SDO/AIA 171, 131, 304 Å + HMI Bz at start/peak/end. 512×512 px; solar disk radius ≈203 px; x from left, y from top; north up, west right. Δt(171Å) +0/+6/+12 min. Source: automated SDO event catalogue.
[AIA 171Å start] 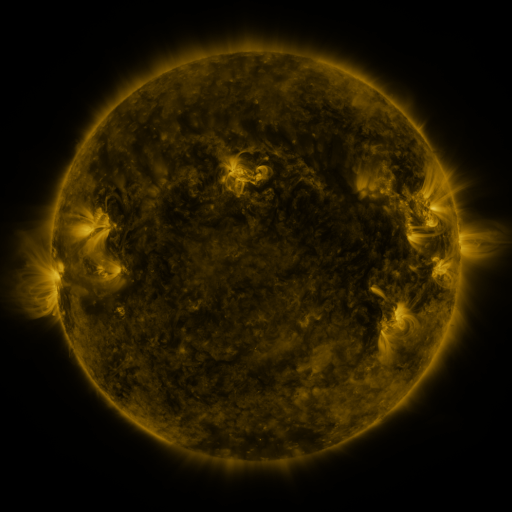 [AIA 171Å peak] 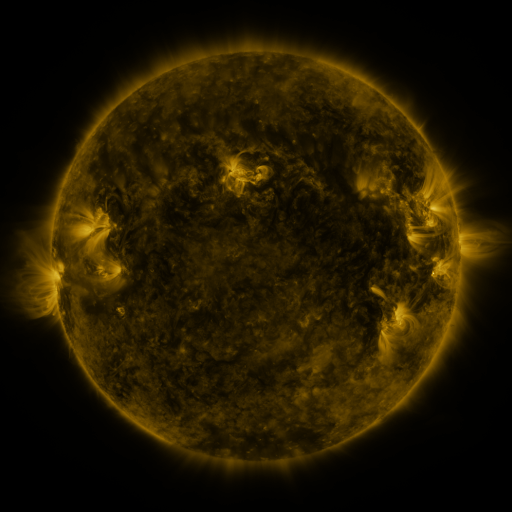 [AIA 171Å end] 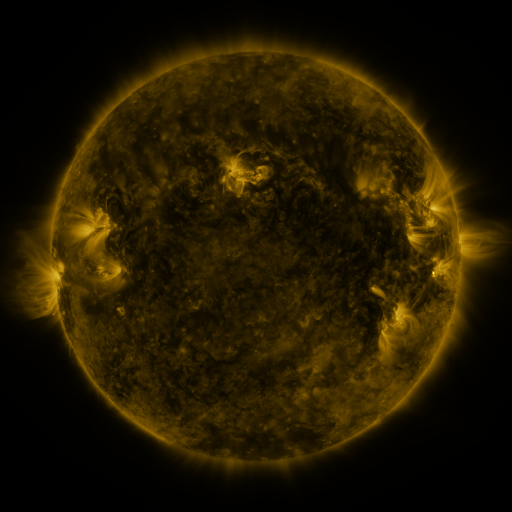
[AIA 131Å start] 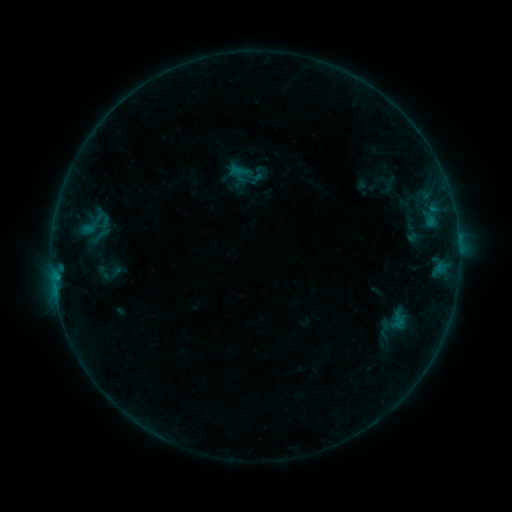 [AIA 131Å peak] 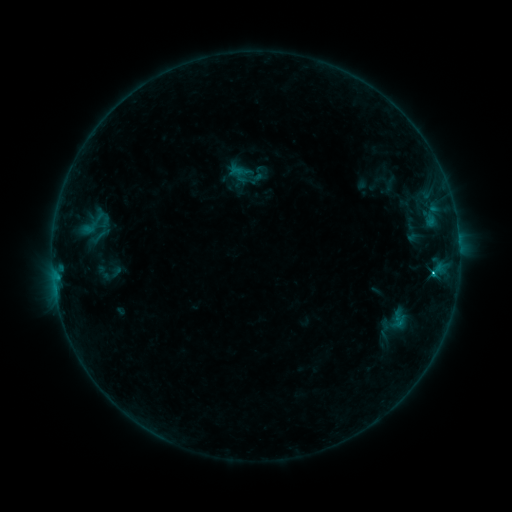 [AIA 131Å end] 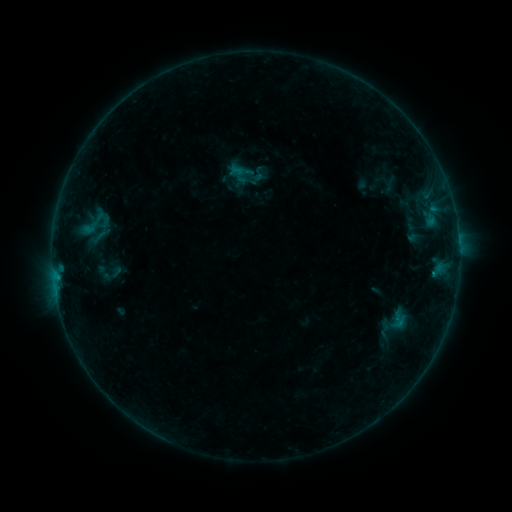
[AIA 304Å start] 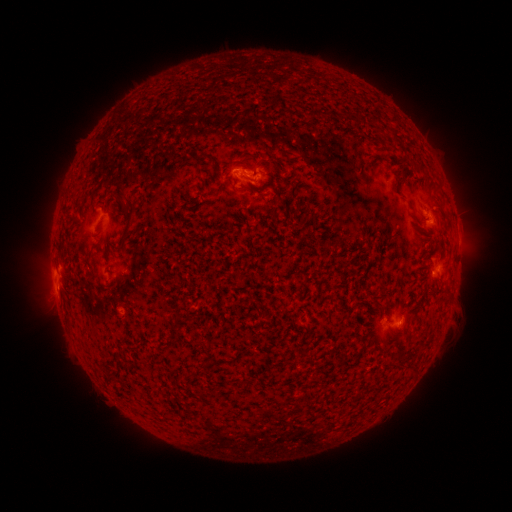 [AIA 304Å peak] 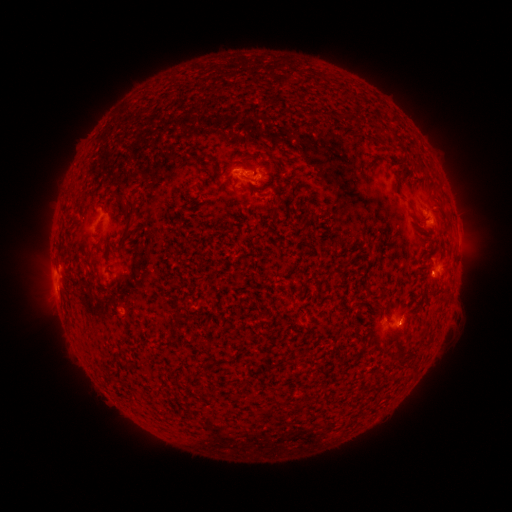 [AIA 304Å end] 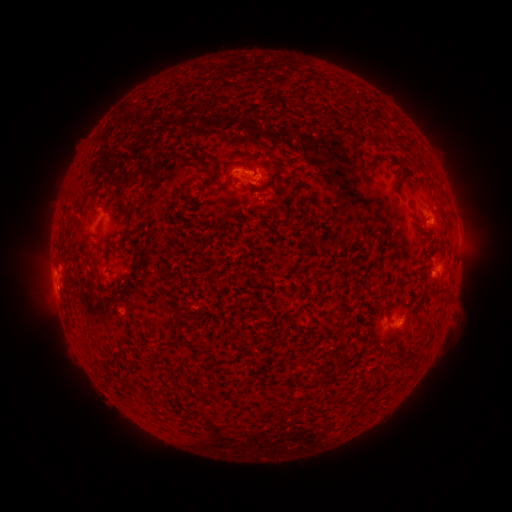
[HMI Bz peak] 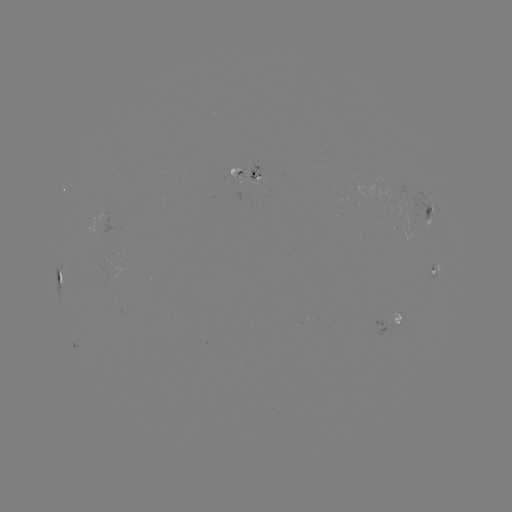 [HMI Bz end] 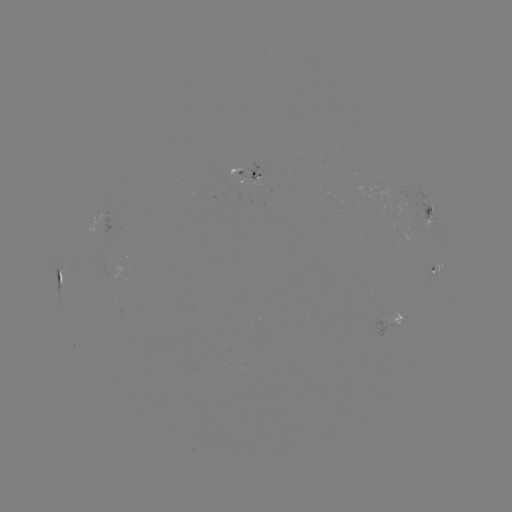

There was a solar flare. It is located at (433, 272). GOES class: B8.4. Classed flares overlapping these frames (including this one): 1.